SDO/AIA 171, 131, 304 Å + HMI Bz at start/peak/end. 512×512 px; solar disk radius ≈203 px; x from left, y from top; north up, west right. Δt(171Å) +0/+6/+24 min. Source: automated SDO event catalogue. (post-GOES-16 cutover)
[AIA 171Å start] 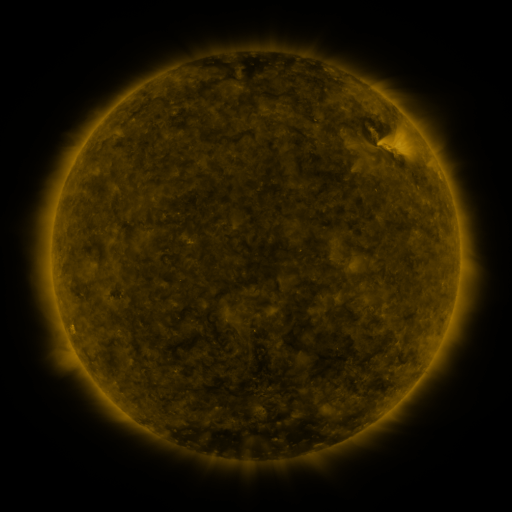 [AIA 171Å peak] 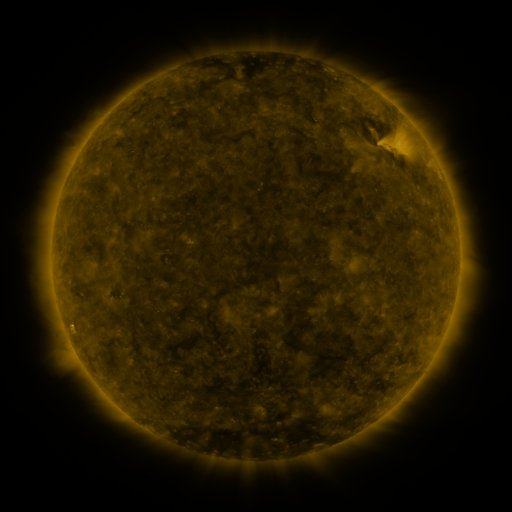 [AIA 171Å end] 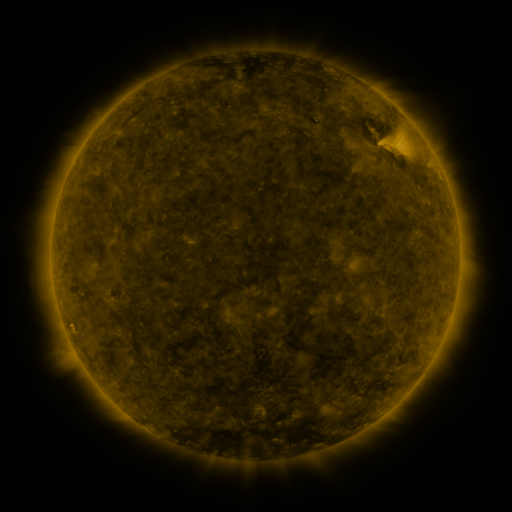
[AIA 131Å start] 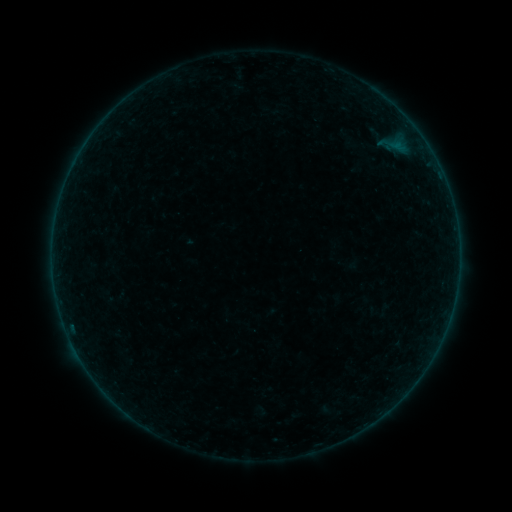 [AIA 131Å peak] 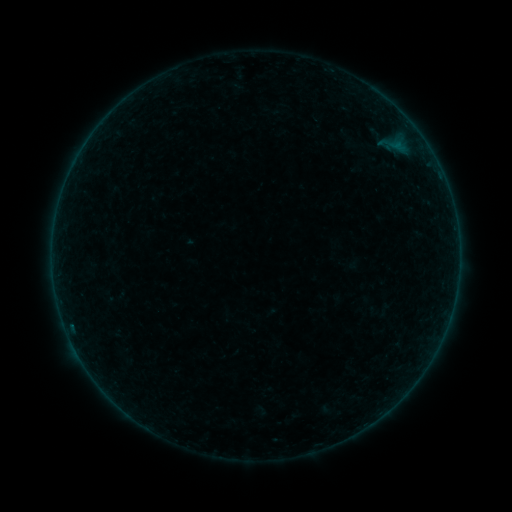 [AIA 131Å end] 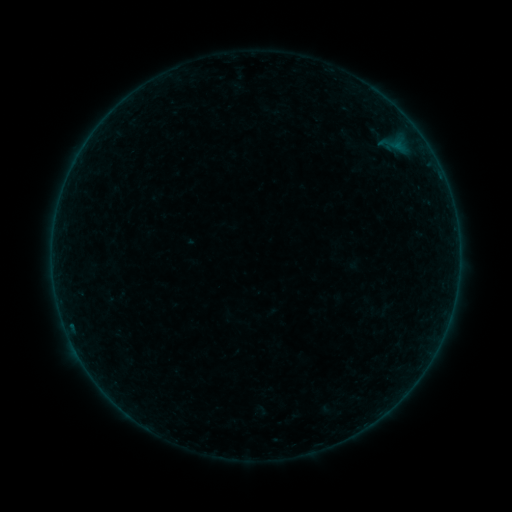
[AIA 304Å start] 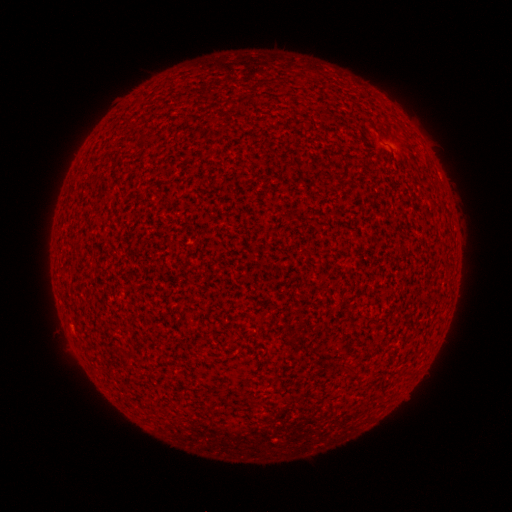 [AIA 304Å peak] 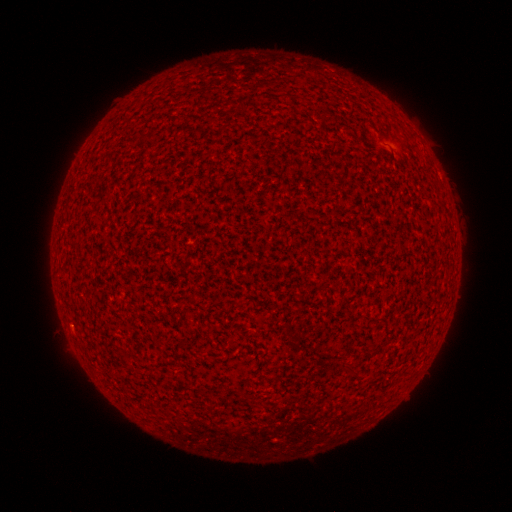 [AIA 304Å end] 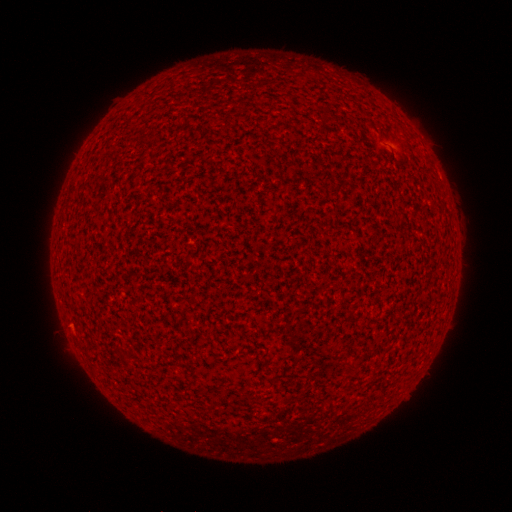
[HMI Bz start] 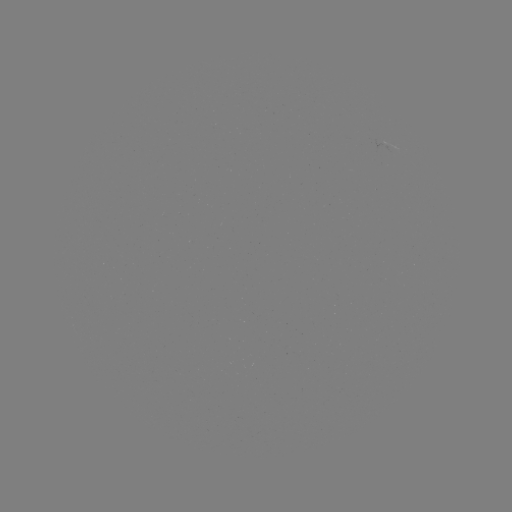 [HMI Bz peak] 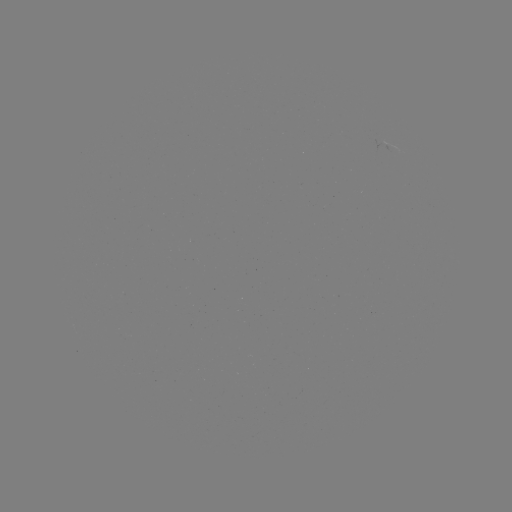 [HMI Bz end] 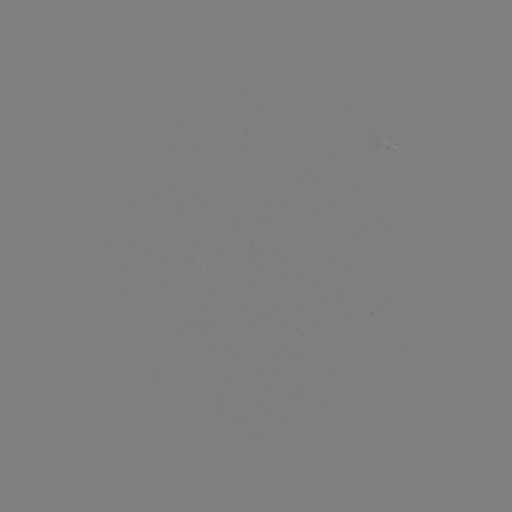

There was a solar flare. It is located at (71, 323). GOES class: A1.8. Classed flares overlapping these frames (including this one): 1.